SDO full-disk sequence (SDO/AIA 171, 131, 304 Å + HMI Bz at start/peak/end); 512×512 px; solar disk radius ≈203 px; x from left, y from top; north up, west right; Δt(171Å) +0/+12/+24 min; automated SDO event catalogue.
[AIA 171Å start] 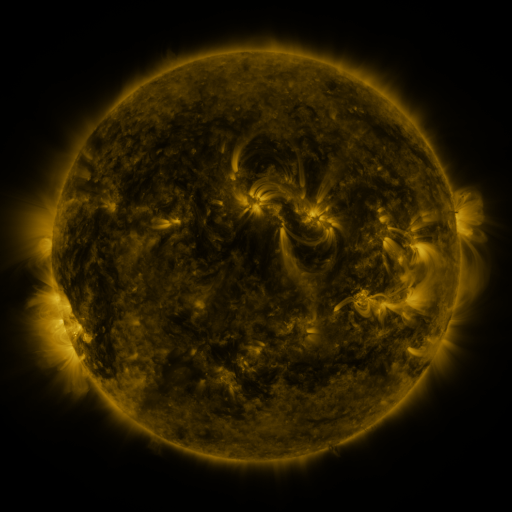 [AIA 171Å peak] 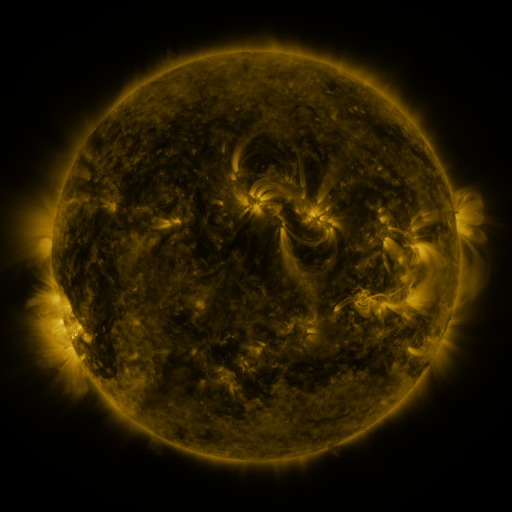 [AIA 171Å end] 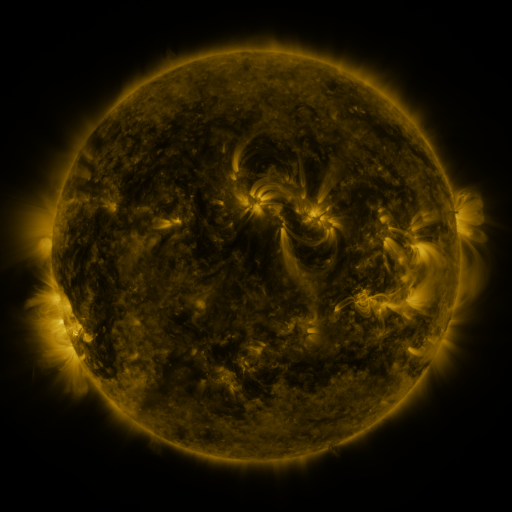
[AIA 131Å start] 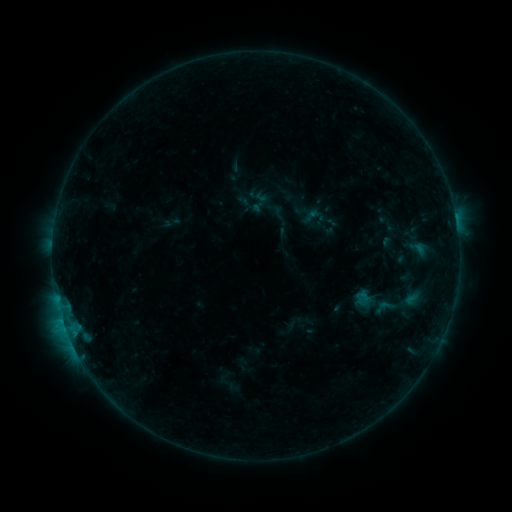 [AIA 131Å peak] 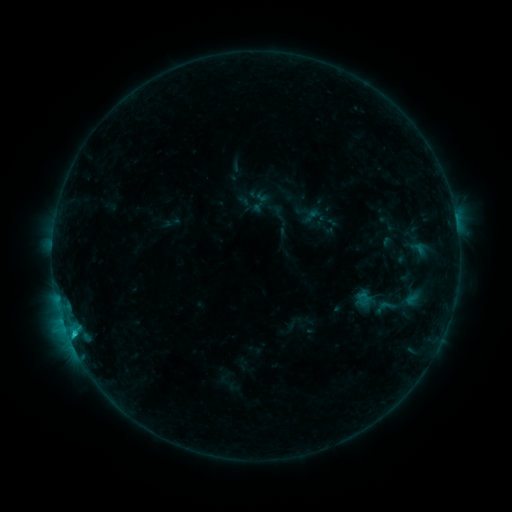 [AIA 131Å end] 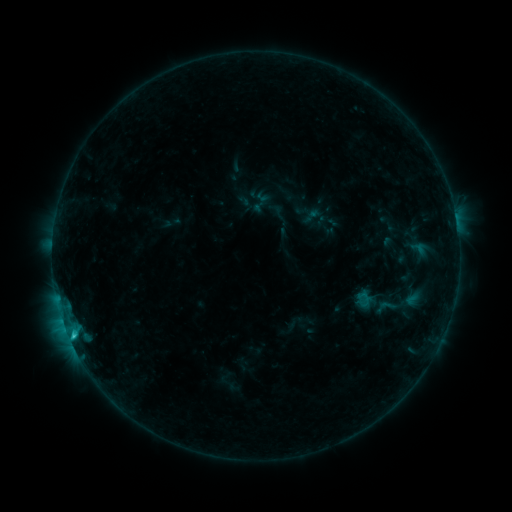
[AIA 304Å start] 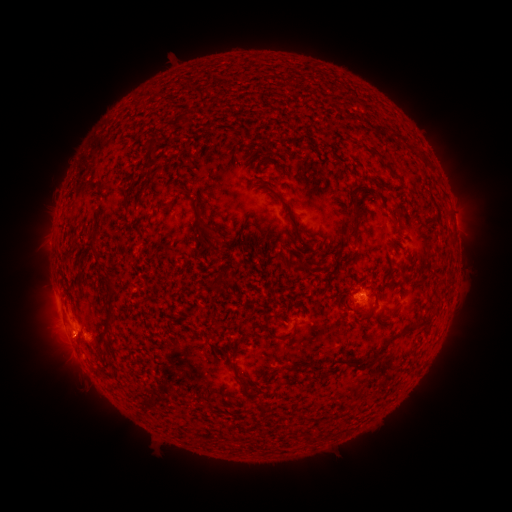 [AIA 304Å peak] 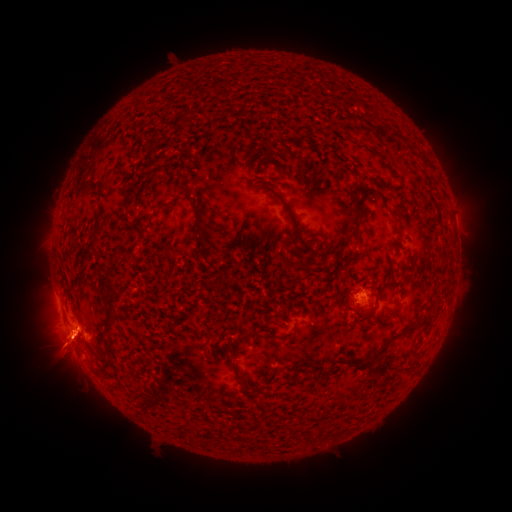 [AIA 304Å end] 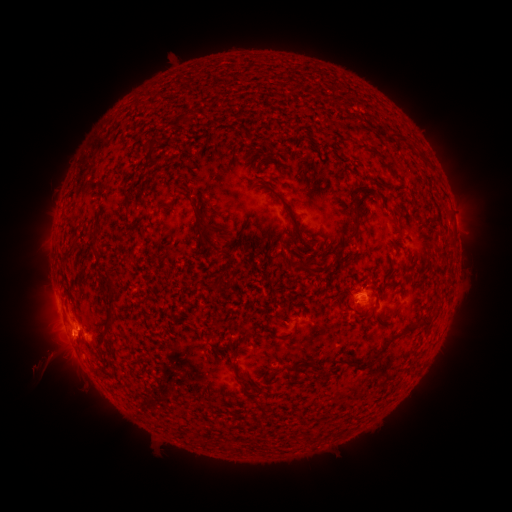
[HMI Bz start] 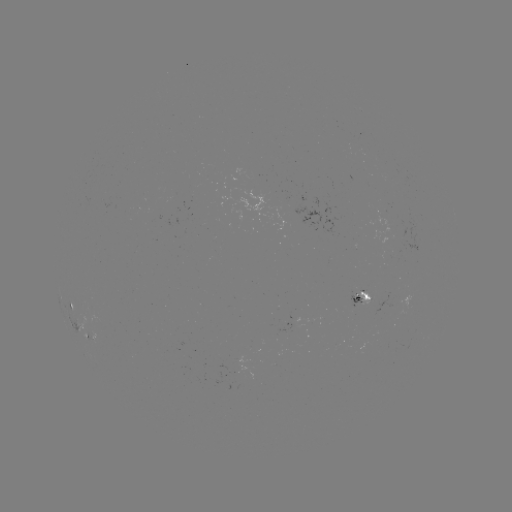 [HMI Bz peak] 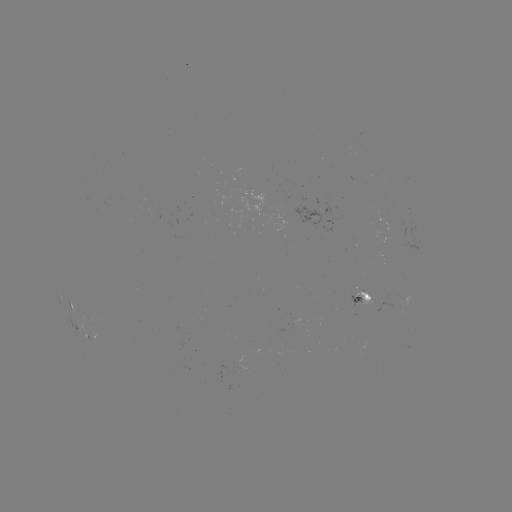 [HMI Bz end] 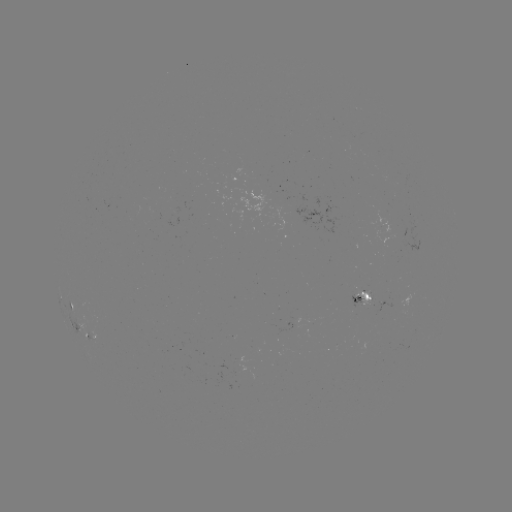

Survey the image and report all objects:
eruption: (64, 347)
